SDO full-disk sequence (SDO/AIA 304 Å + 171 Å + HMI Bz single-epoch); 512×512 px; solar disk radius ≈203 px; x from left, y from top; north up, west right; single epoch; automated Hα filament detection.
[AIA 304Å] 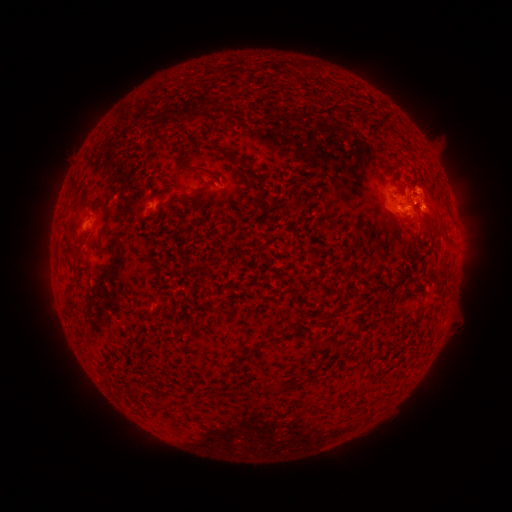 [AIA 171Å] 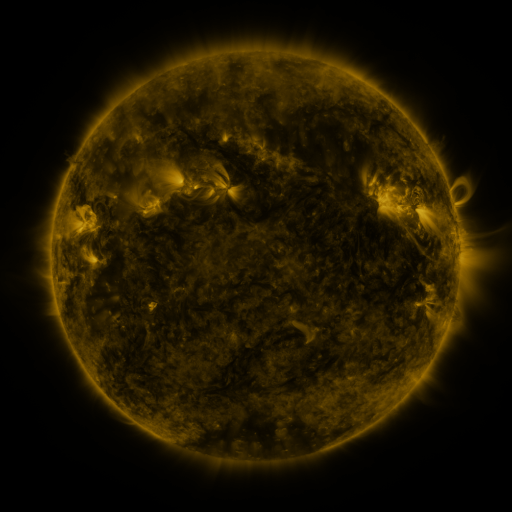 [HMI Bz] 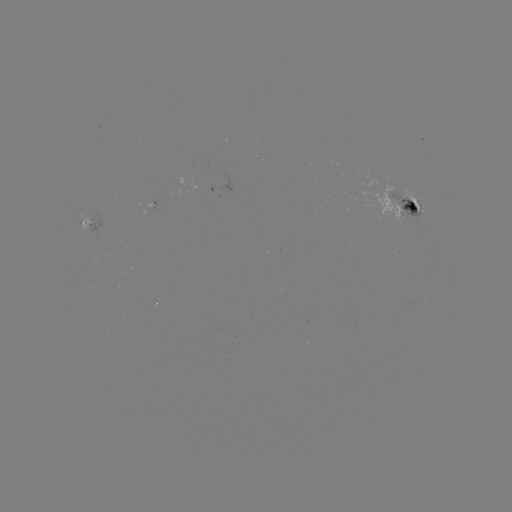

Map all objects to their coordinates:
filament: [174, 143, 185, 168]
filament: [228, 152, 237, 161]
filament: [243, 162, 264, 190]
filament: [188, 165, 222, 178]
filament: [407, 177, 426, 191]
filament: [69, 178, 79, 196]
filament: [98, 198, 112, 238]
filament: [436, 227, 453, 246]
filament: [66, 235, 72, 247]
filament: [63, 285, 71, 296]
filament: [142, 293, 151, 301]
filament: [389, 311, 397, 322]
filament: [148, 320, 157, 330]
filament: [249, 334, 276, 354]
filament: [234, 352, 249, 365]
